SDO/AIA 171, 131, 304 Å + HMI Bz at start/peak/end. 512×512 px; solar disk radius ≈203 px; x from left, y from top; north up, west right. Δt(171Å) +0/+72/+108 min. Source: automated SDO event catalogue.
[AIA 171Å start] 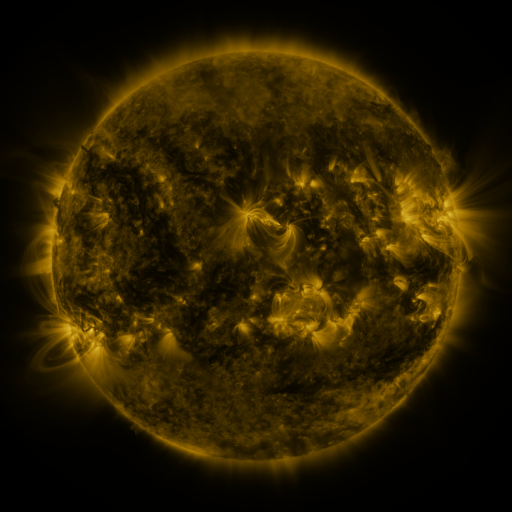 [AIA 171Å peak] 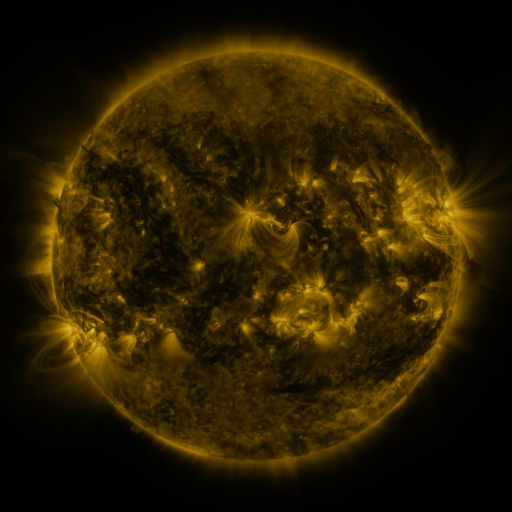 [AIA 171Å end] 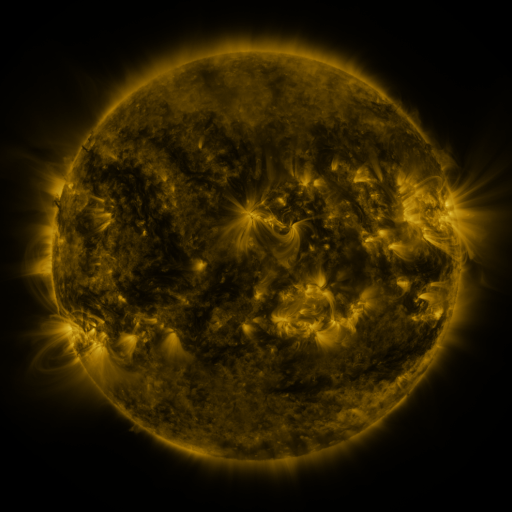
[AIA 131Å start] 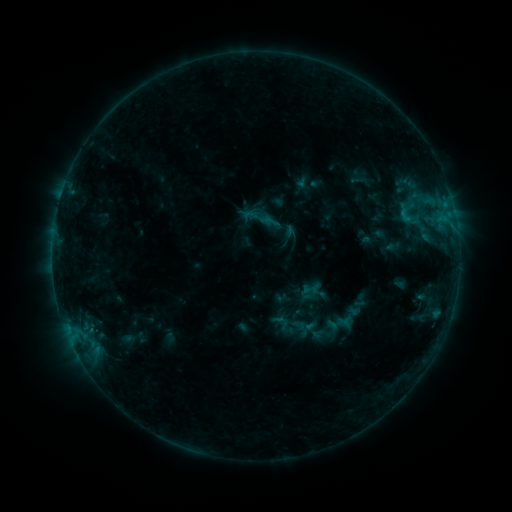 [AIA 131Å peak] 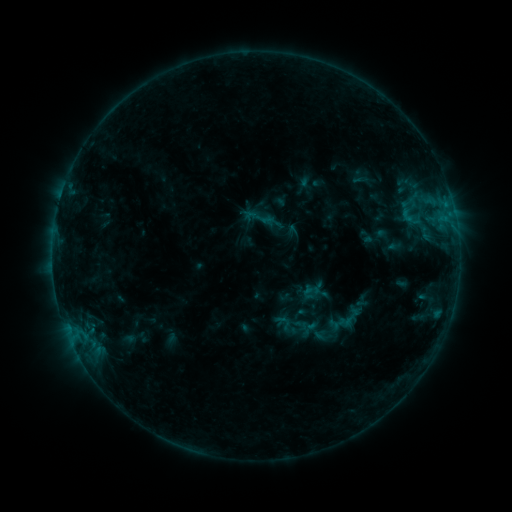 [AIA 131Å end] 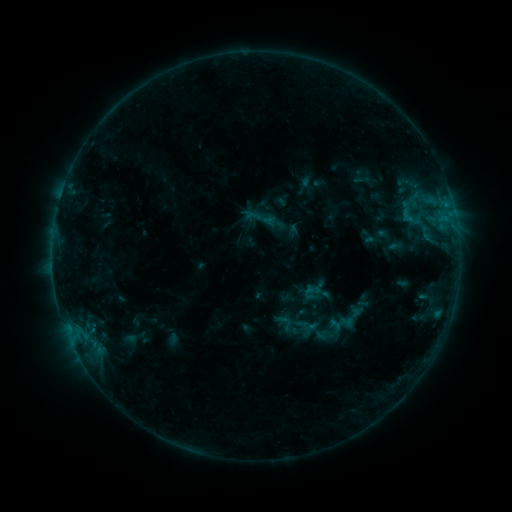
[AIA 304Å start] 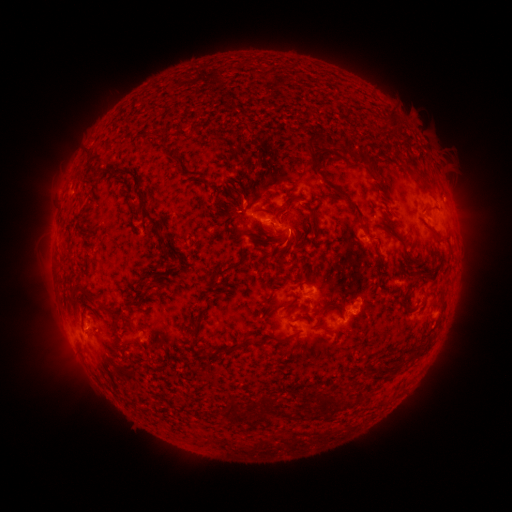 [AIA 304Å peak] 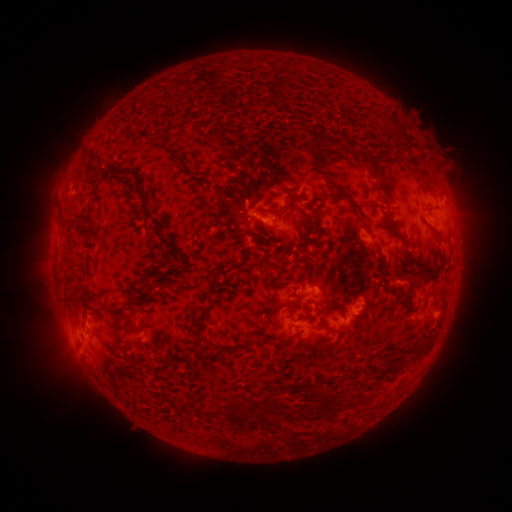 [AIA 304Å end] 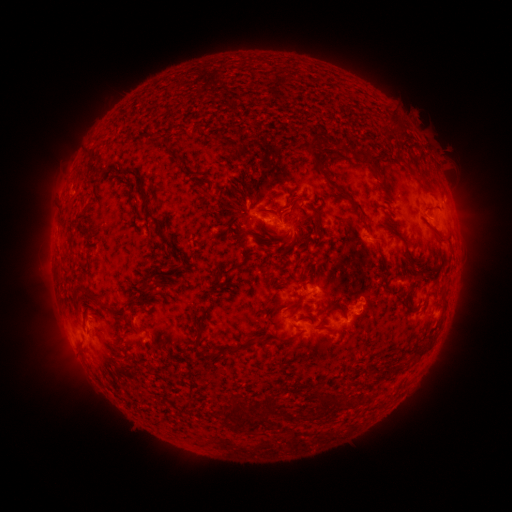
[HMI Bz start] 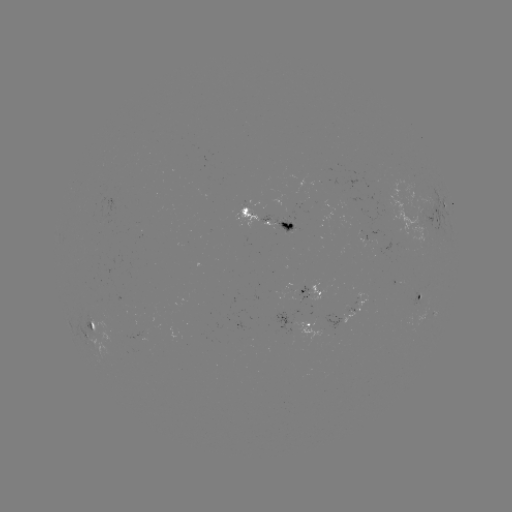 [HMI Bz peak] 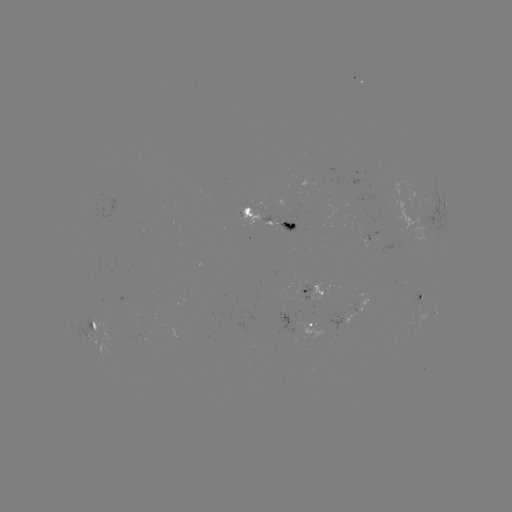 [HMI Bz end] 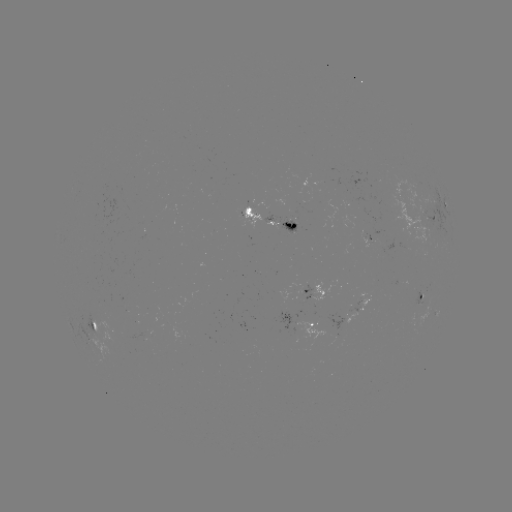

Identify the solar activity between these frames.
emerging-flux region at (316, 216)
